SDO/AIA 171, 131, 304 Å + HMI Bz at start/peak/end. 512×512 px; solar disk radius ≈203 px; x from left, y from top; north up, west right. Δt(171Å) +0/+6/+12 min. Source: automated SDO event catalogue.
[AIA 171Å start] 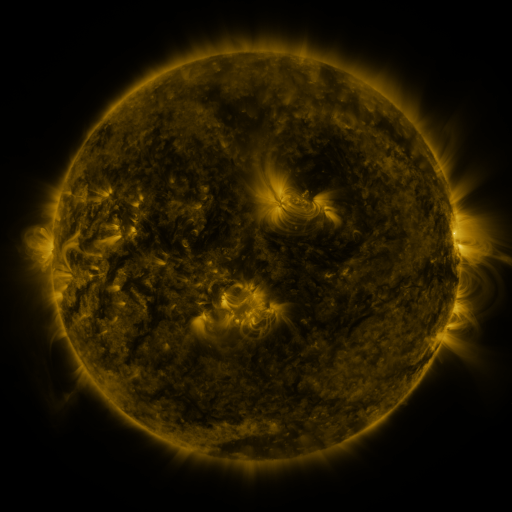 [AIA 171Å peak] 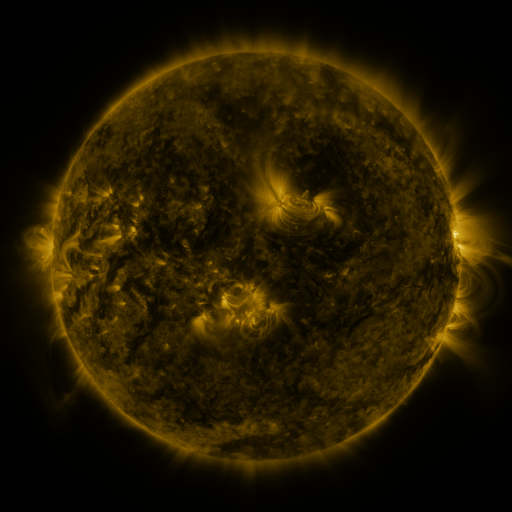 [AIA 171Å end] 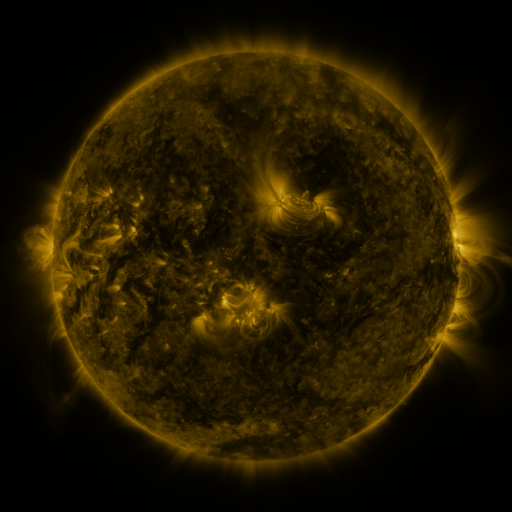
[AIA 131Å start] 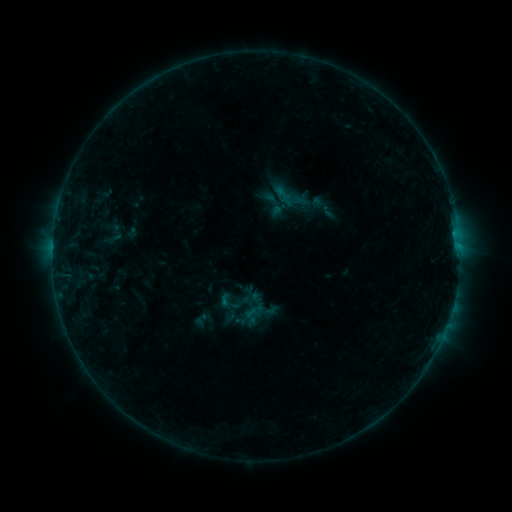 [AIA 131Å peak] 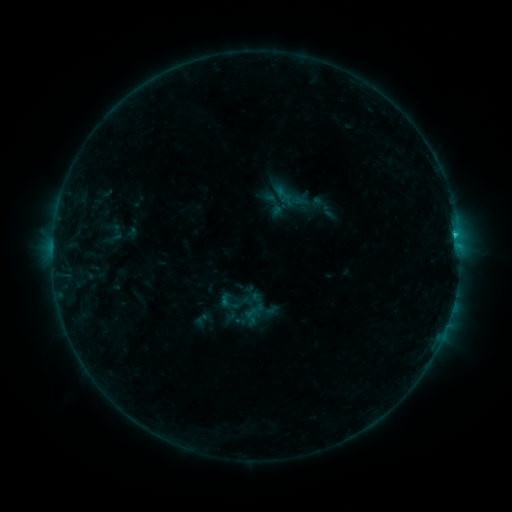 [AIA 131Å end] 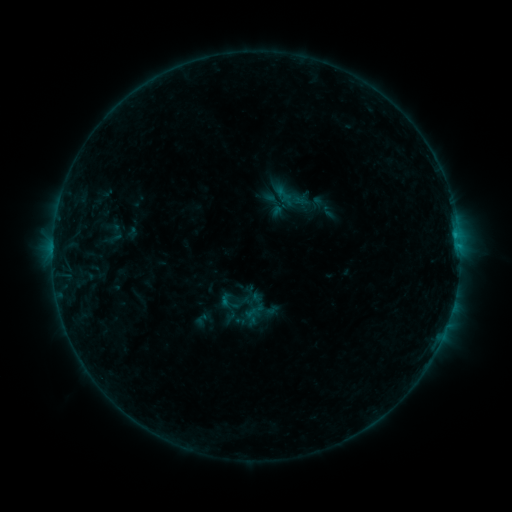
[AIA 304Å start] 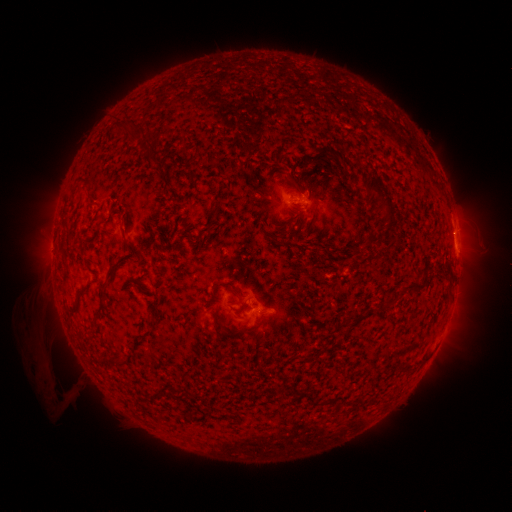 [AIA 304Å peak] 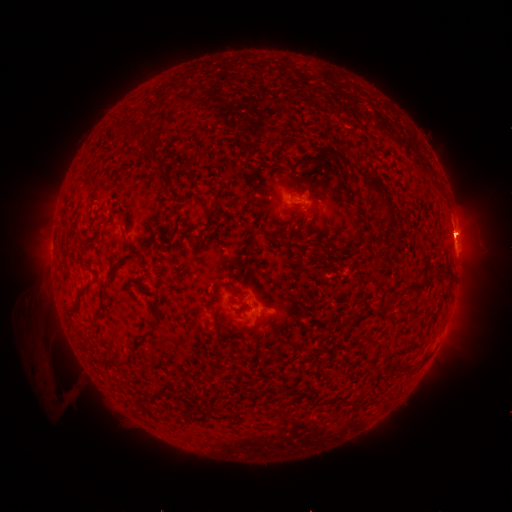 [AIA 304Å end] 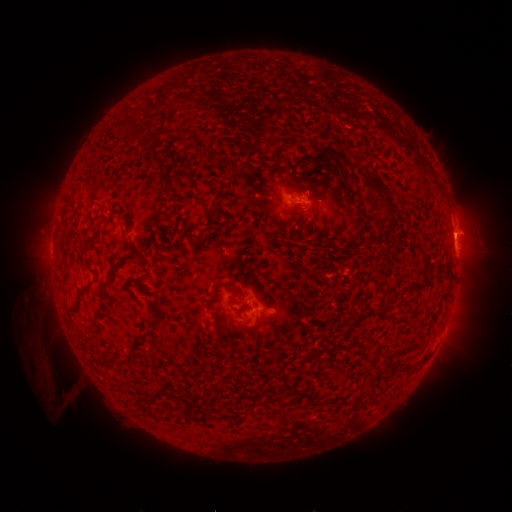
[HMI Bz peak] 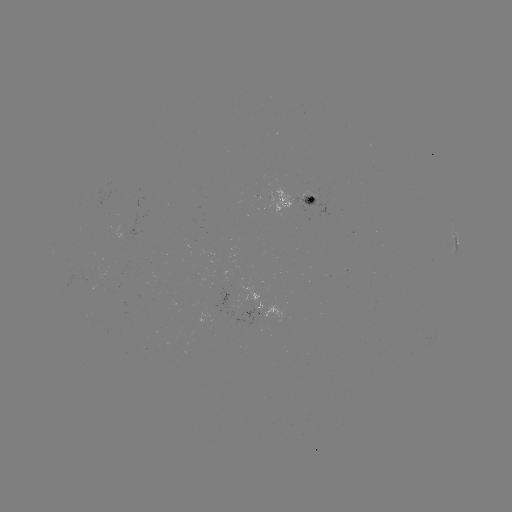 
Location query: B9.1 flare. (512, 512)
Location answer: (455, 238).